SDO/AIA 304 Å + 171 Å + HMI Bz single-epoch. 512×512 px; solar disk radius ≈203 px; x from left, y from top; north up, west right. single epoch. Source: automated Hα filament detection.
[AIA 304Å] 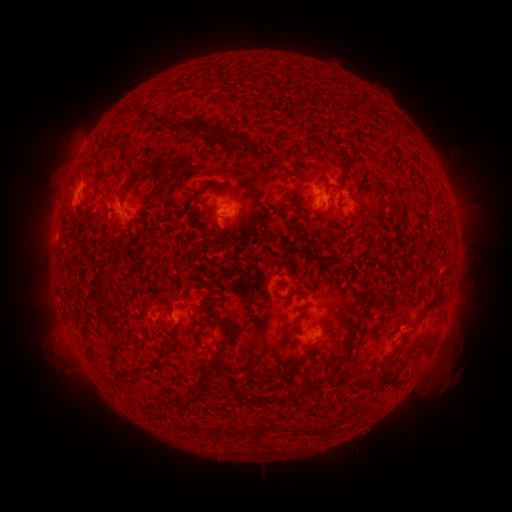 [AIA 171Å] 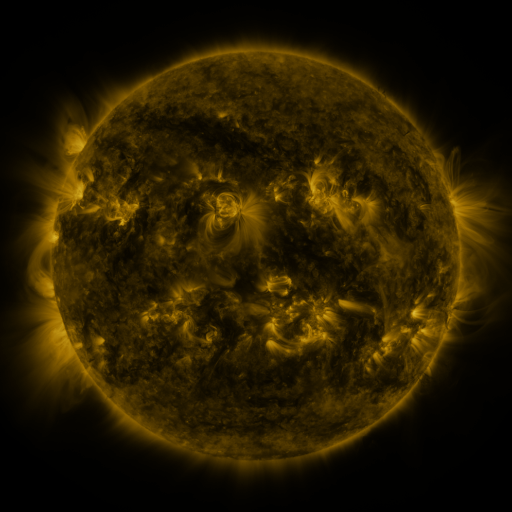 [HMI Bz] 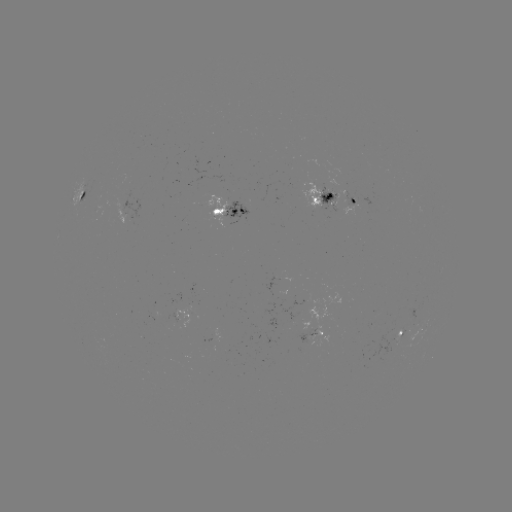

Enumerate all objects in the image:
filament: (142, 110, 155, 121)
filament: (157, 115, 167, 125)
filament: (232, 133, 240, 143)
filament: (243, 138, 254, 149)
filament: (121, 145, 137, 172)
filament: (340, 161, 352, 191)
filament: (226, 184, 238, 195)
filament: (290, 184, 304, 212)
filament: (79, 188, 88, 200)
filament: (325, 191, 334, 202)
filament: (113, 234, 130, 249)
filament: (96, 277, 106, 290)
filament: (285, 290, 295, 299)
filament: (428, 297, 447, 314)
filament: (103, 314, 120, 326)
filament: (215, 328, 234, 356)
filament: (200, 337, 214, 350)
filament: (329, 351, 346, 370)
filament: (291, 355, 303, 366)
filament: (128, 358, 160, 372)
filament: (198, 361, 215, 377)
